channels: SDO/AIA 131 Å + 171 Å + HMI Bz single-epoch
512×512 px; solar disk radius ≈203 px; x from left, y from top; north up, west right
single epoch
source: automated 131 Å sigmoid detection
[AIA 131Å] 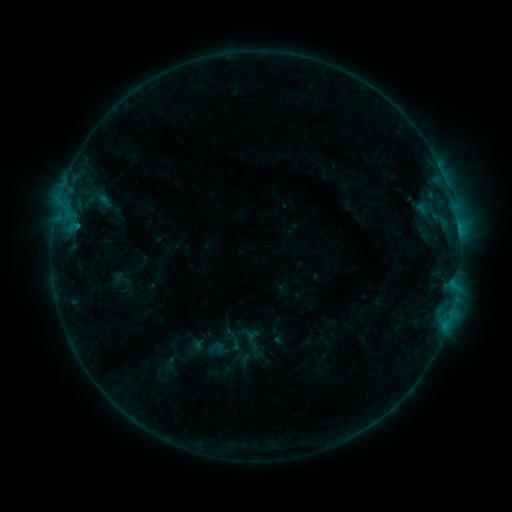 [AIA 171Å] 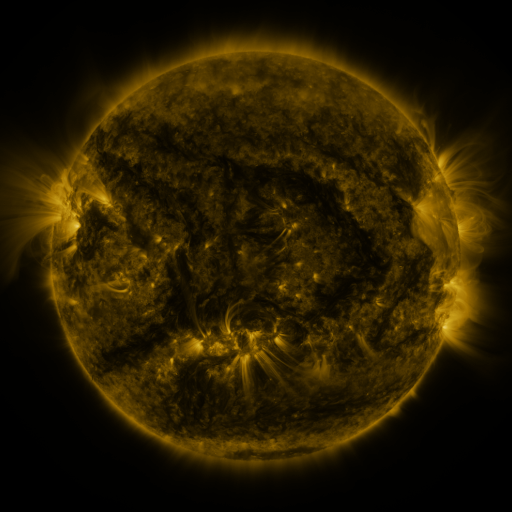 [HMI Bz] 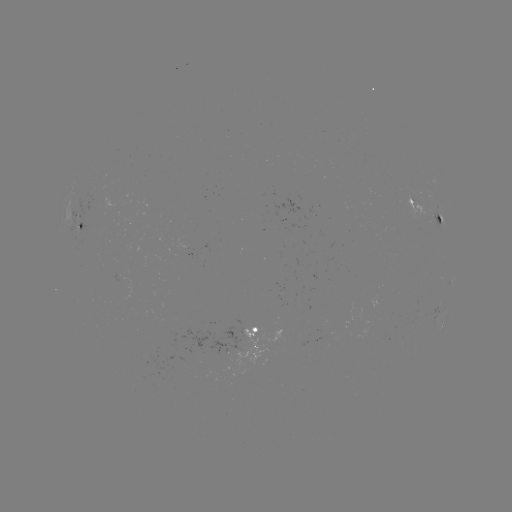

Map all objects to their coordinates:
sigmoid: (207, 339, 226, 355)
